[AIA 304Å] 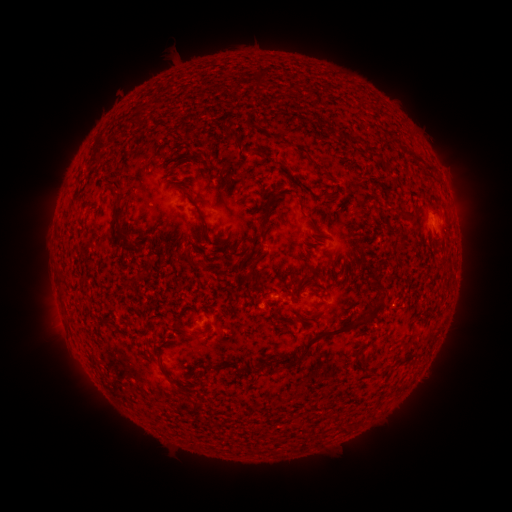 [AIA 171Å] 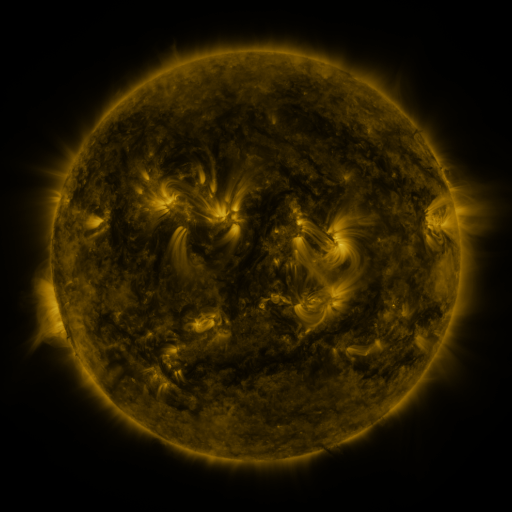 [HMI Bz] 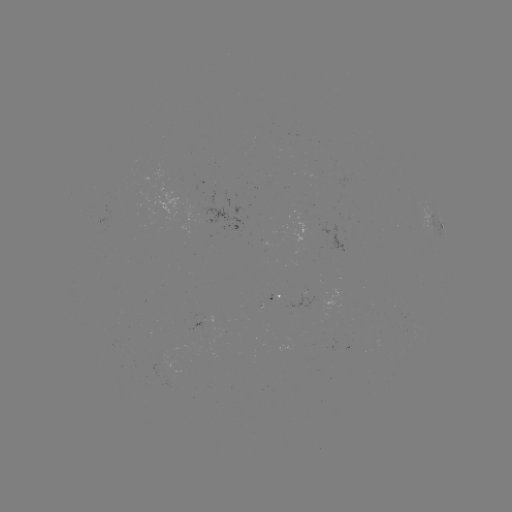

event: spotted active region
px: (436, 225)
